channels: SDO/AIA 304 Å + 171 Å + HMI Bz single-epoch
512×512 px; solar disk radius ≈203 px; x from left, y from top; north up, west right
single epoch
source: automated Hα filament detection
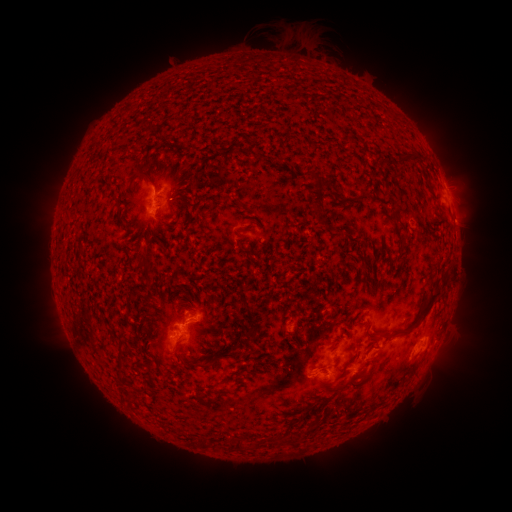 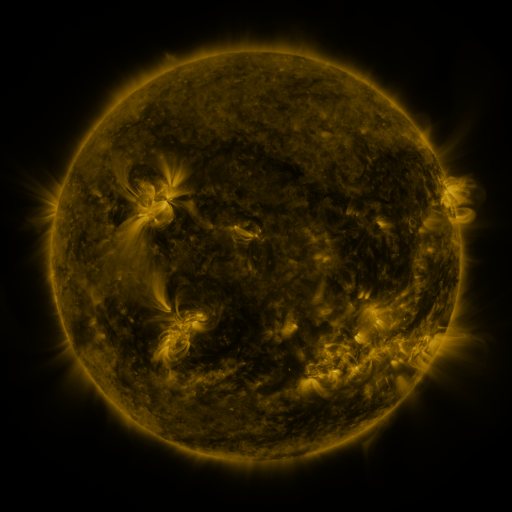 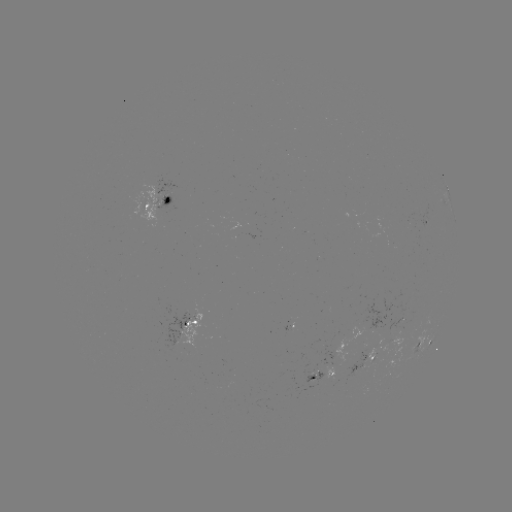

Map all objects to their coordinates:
filament: <bbox>398, 153, 422, 167</bbox>
filament: <bbox>139, 169, 154, 184</bbox>
filament: <bbox>311, 172, 321, 184</bbox>
filament: <bbox>313, 205, 324, 214</bbox>
filament: <bbox>137, 259, 147, 268</bbox>
filament: <bbox>379, 292, 440, 341</bbox>
filament: <bbox>172, 337, 180, 352</bbox>
filament: <bbox>356, 345, 364, 355</bbox>
filament: <bbox>218, 351, 235, 358</bbox>
filament: <bbox>193, 361, 208, 368</bbox>
filament: <bbox>346, 372, 358, 384</bbox>
